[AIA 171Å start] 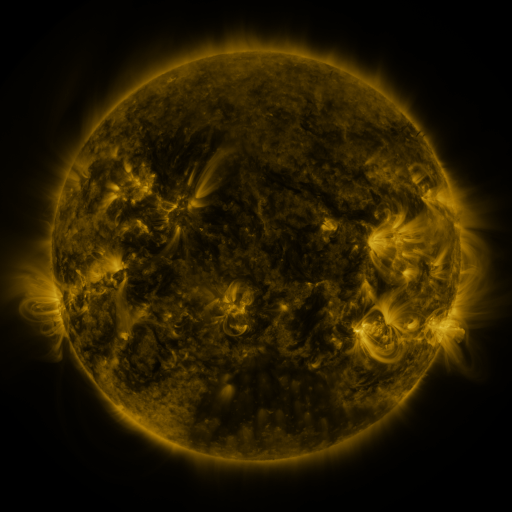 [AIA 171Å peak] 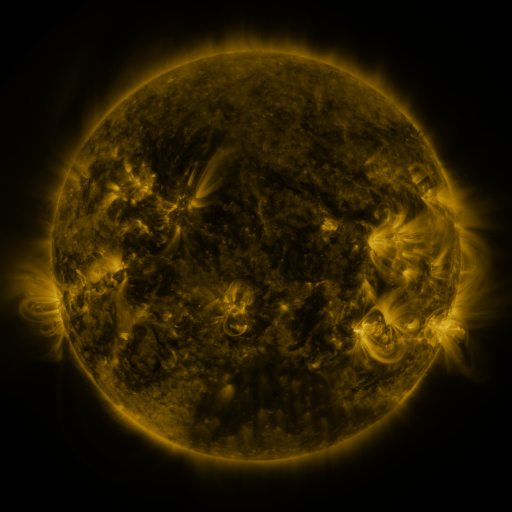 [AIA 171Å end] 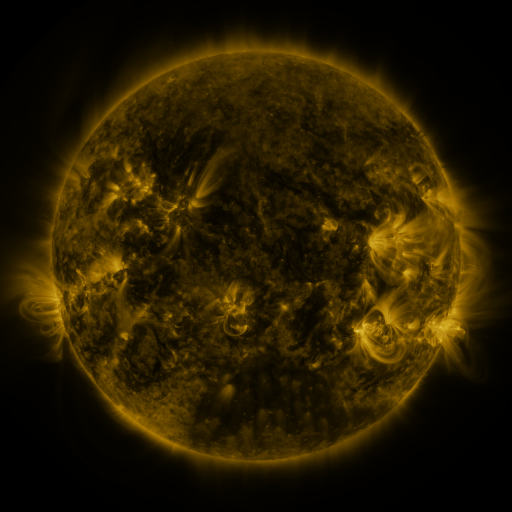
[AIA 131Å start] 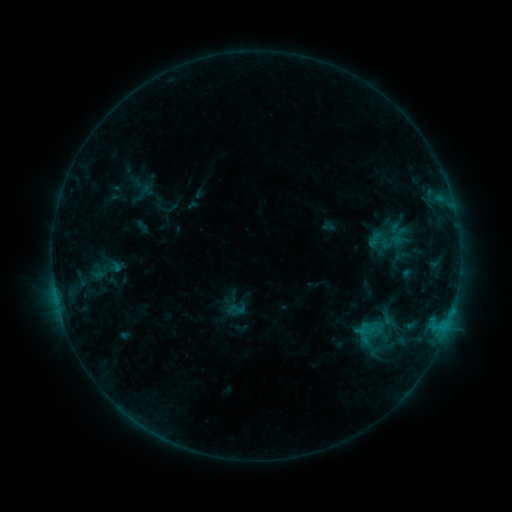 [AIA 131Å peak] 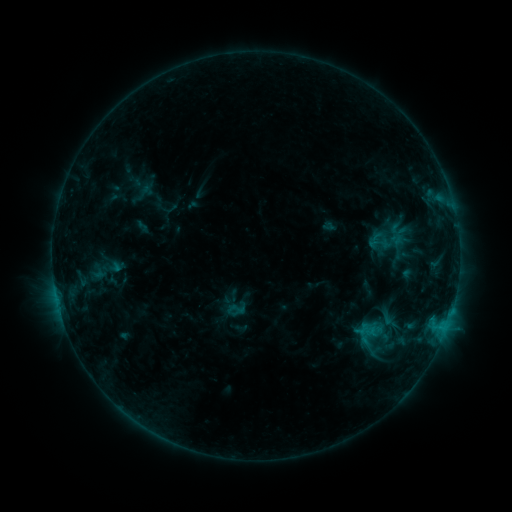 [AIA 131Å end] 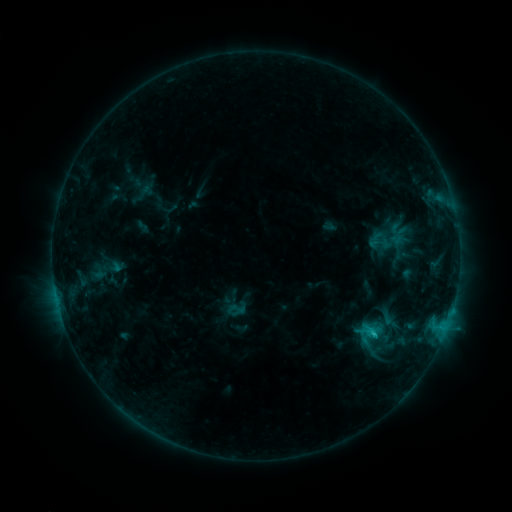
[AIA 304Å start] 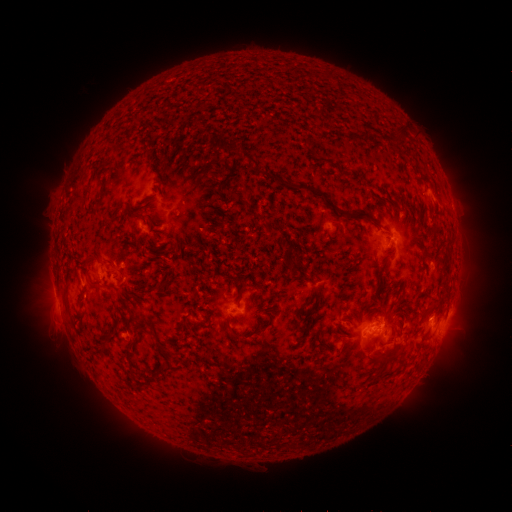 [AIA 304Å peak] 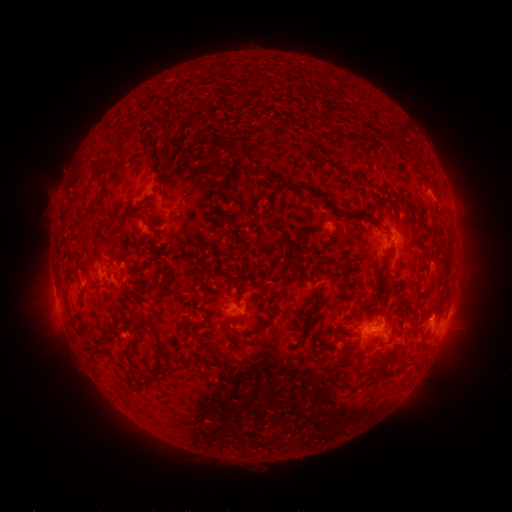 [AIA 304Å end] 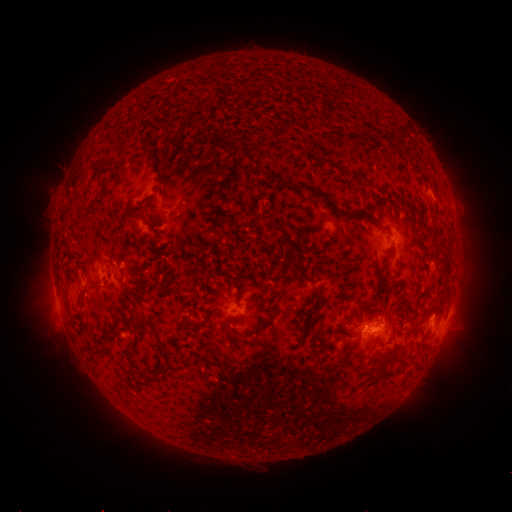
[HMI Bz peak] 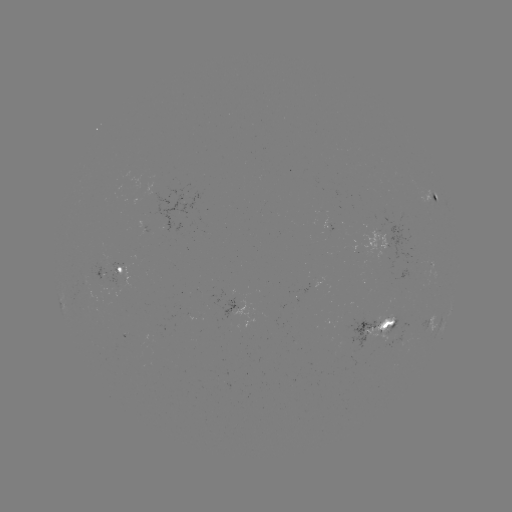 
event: flare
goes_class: C1.0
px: (373, 330)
